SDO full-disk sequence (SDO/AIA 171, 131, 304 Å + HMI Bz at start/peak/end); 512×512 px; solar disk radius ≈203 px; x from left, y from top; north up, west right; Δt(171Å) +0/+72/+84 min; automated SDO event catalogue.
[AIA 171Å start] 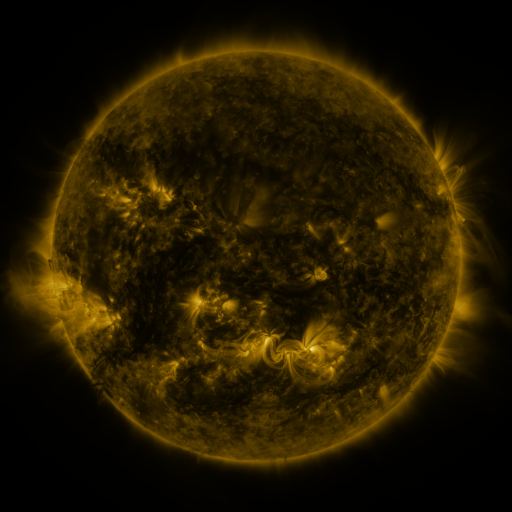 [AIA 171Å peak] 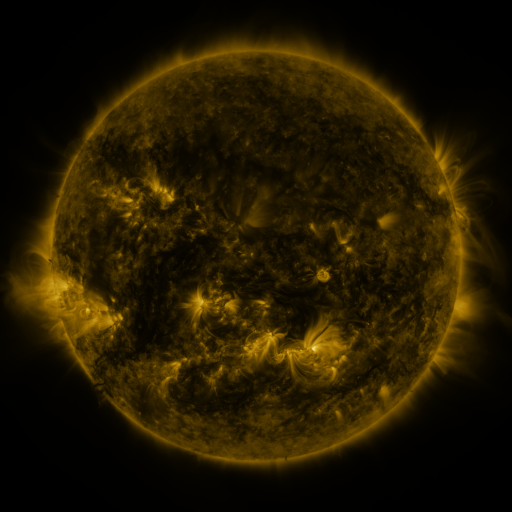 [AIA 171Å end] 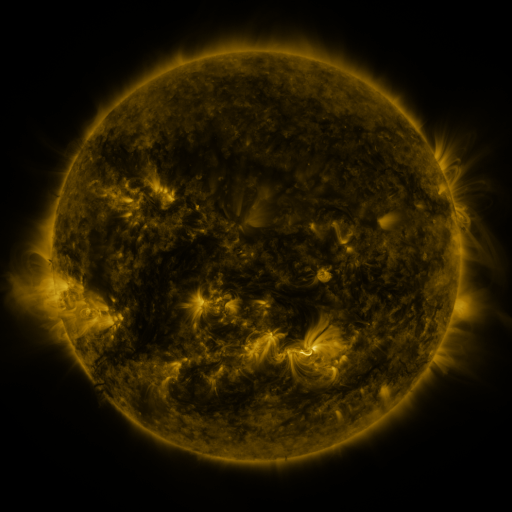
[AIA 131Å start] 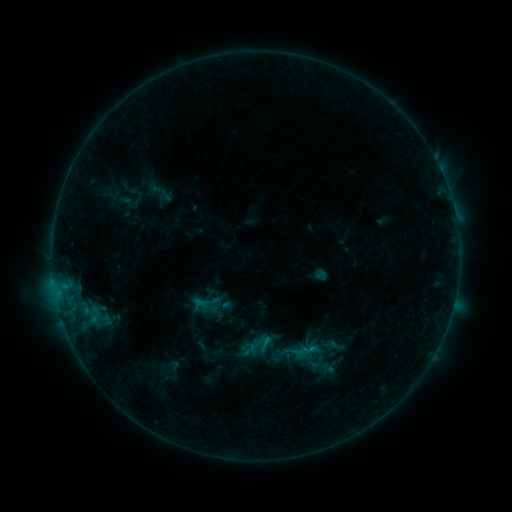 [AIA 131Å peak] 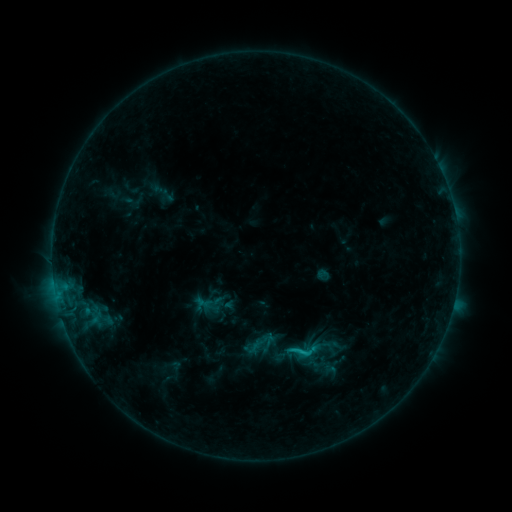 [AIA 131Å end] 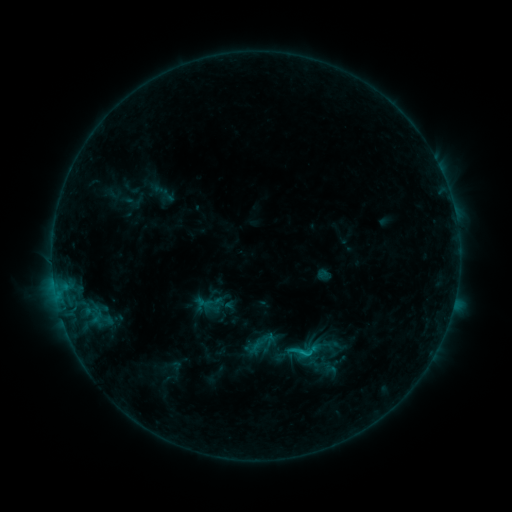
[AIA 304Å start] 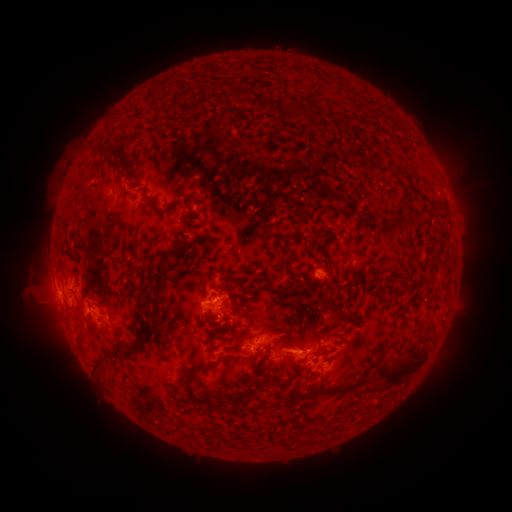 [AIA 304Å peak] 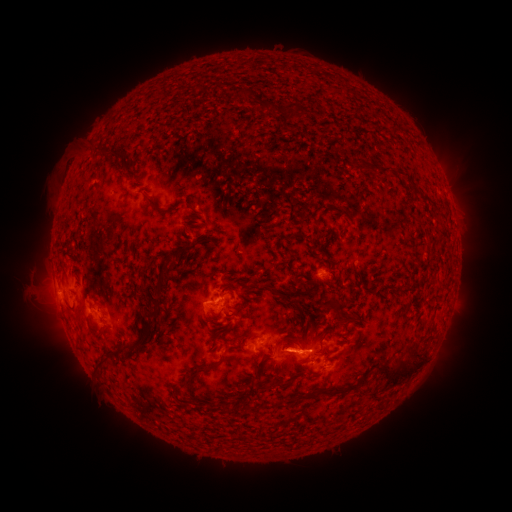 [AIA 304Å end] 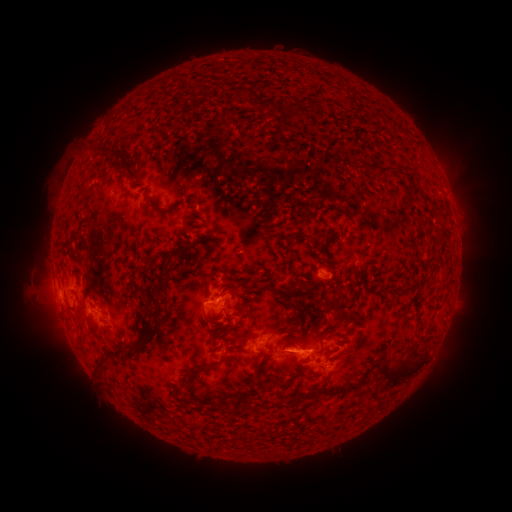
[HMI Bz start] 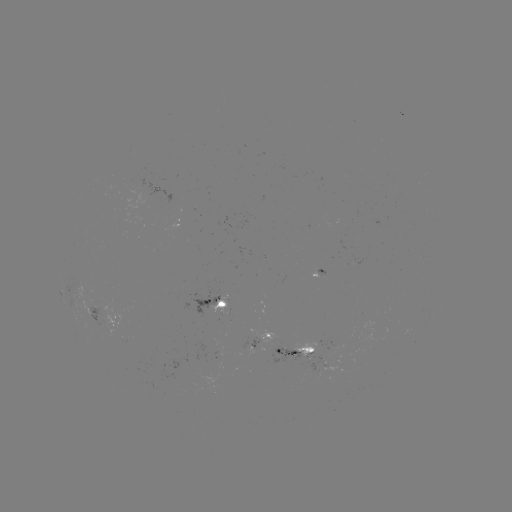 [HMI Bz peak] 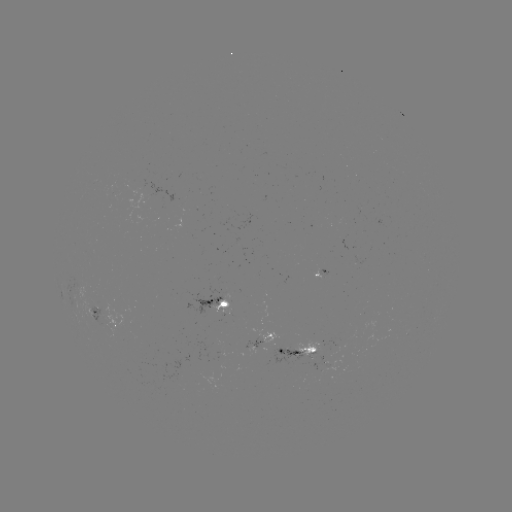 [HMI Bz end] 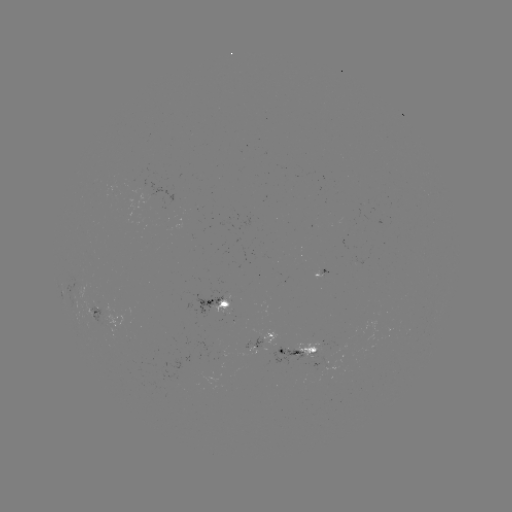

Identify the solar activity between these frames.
emerging-flux region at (320, 361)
